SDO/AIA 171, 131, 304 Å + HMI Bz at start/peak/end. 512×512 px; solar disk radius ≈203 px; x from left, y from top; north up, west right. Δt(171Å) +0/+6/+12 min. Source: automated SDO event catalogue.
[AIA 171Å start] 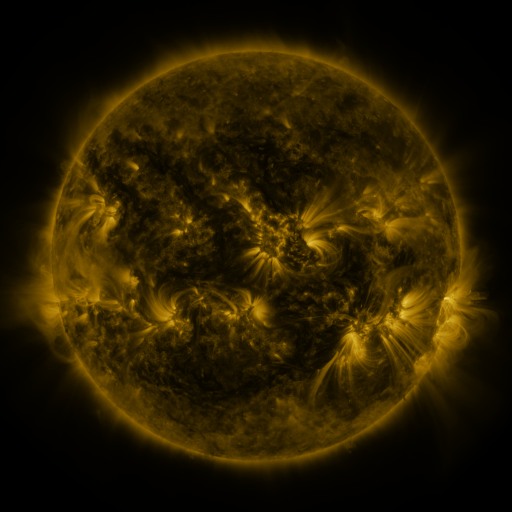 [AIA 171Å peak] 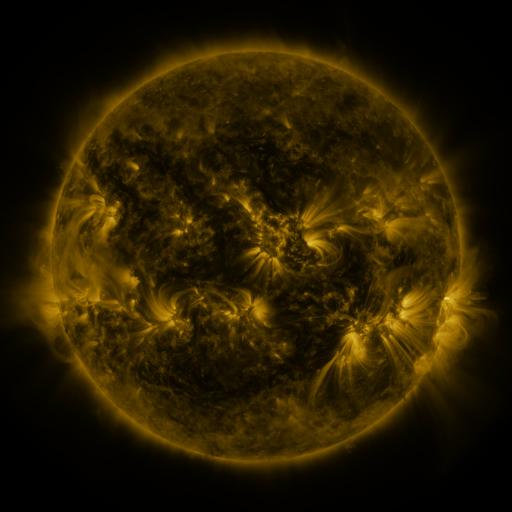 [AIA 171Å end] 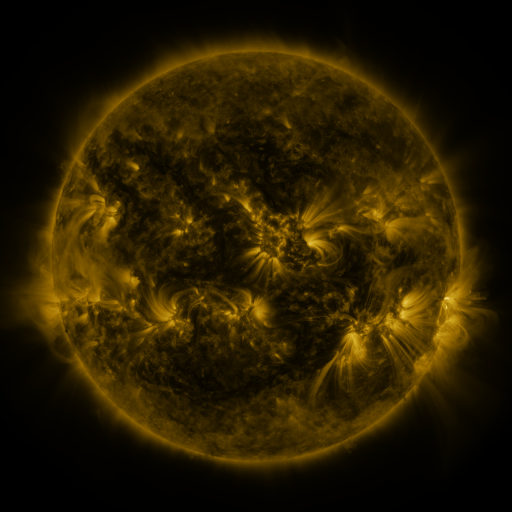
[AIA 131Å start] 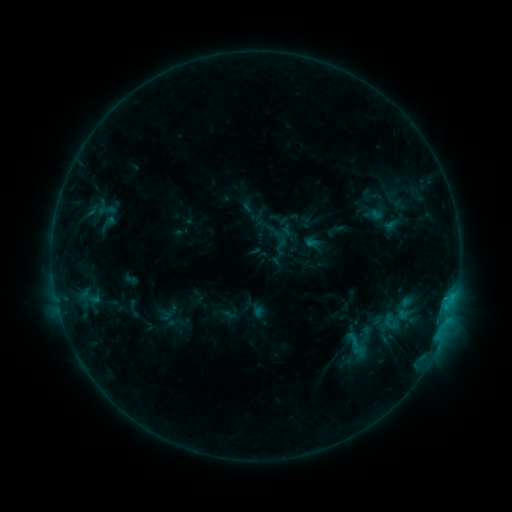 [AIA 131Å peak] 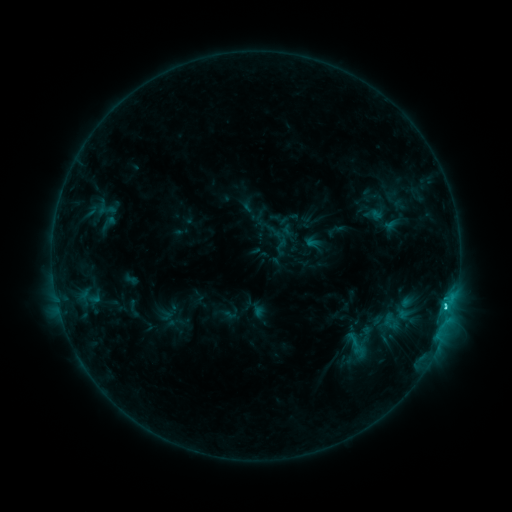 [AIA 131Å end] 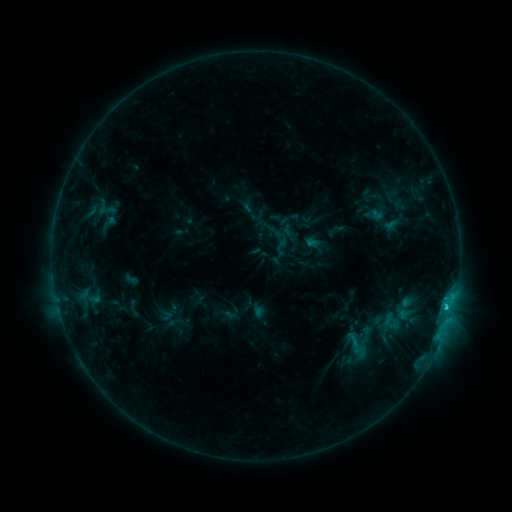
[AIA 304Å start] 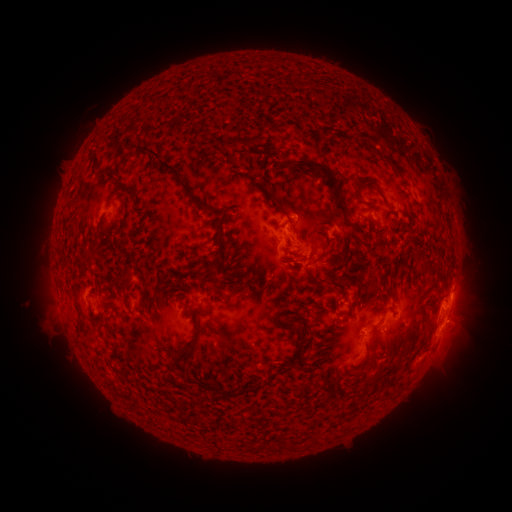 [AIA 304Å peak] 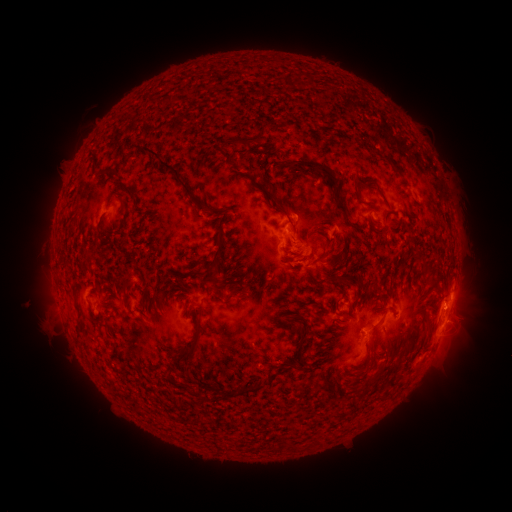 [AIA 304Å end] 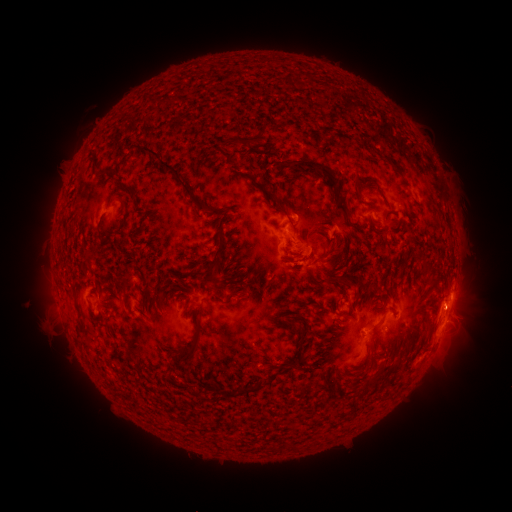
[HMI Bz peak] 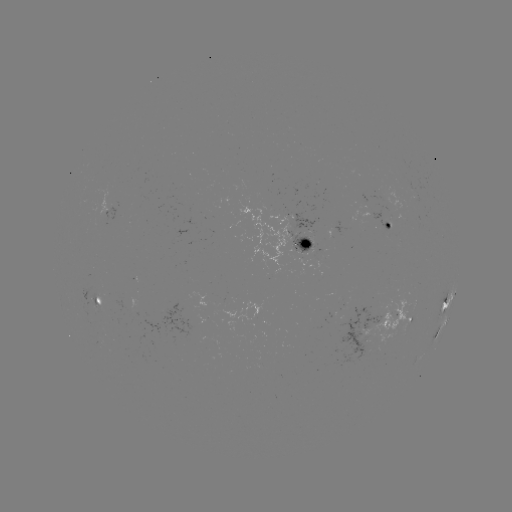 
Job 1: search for C2.1 flare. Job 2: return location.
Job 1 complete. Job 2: [445, 304].